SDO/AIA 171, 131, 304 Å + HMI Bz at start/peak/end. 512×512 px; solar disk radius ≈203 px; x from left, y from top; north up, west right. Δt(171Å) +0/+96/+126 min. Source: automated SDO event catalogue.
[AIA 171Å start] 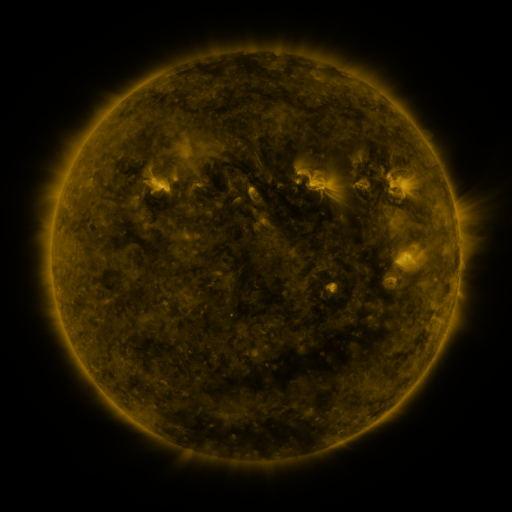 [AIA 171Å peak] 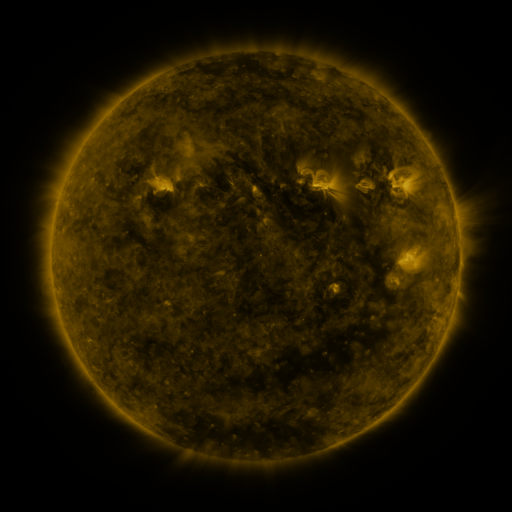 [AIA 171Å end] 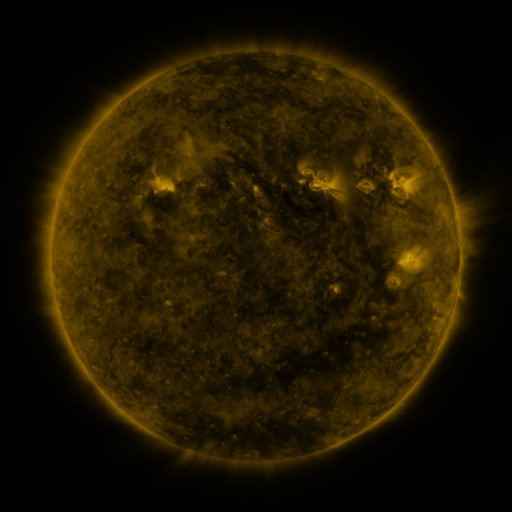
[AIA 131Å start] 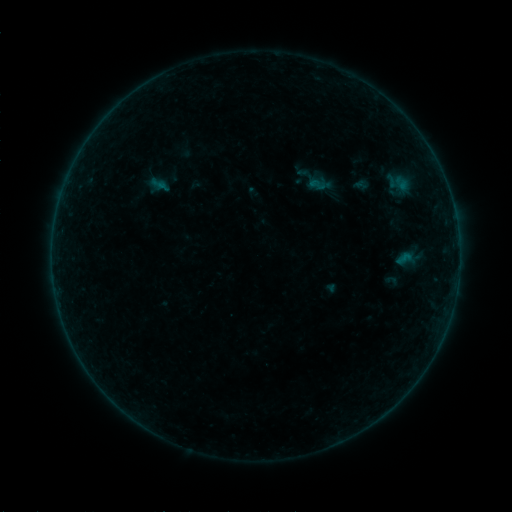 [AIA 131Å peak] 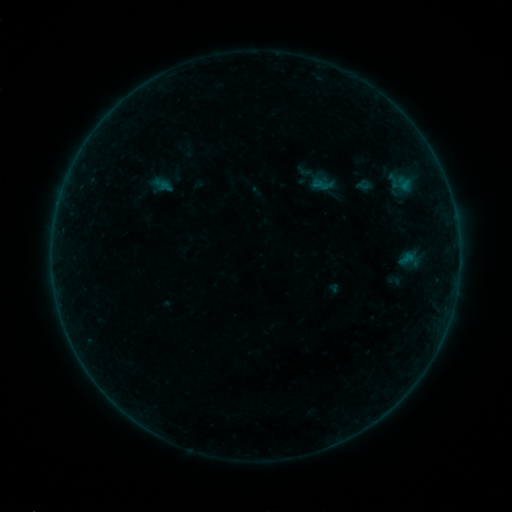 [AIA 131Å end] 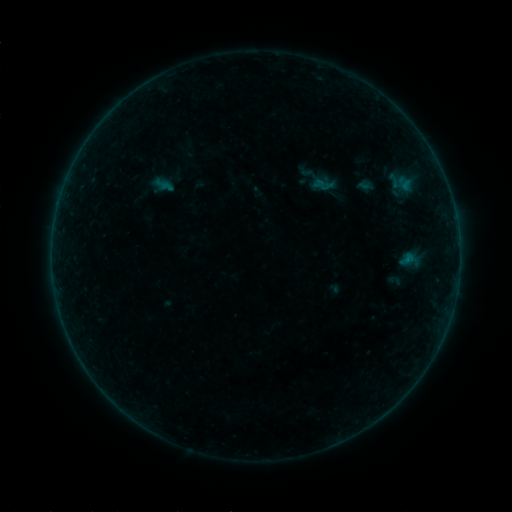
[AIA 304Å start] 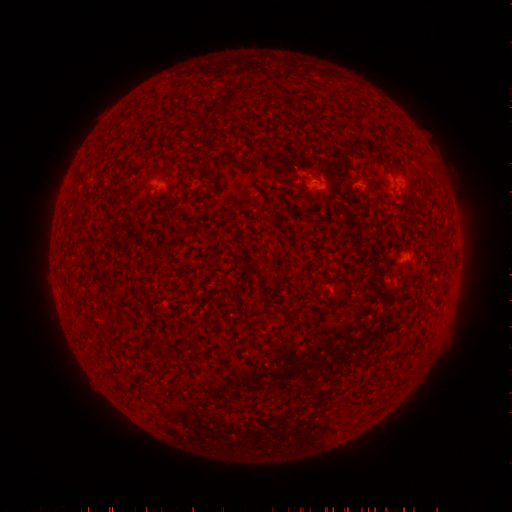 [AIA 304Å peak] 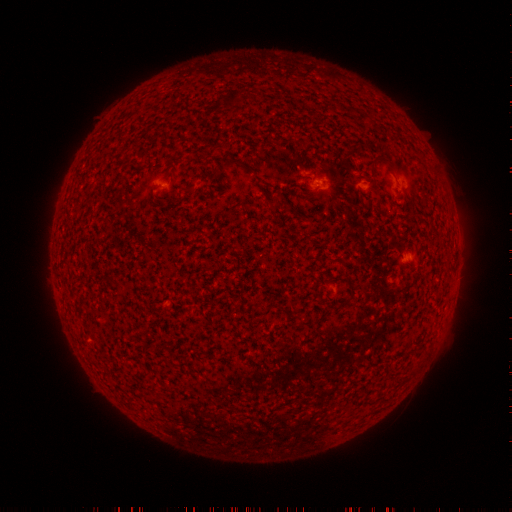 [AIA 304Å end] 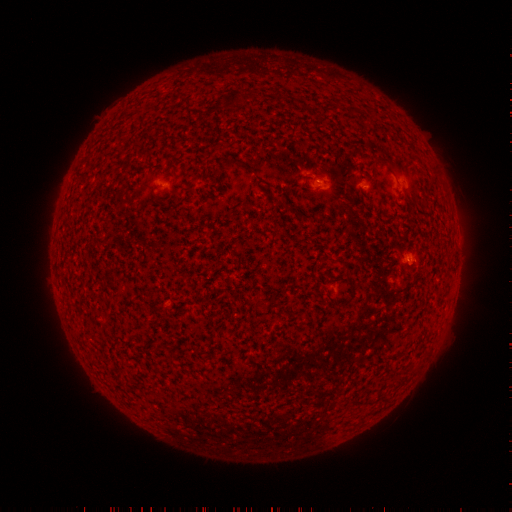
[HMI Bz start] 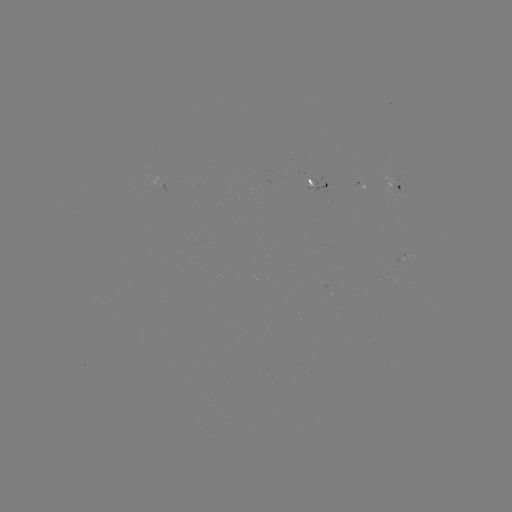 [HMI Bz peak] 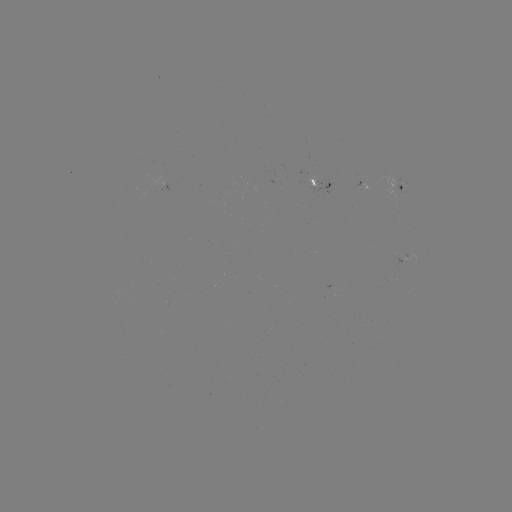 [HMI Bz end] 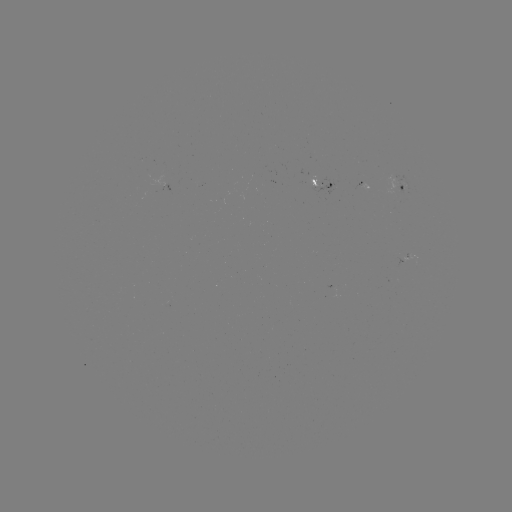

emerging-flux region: (309, 177, 321, 186)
